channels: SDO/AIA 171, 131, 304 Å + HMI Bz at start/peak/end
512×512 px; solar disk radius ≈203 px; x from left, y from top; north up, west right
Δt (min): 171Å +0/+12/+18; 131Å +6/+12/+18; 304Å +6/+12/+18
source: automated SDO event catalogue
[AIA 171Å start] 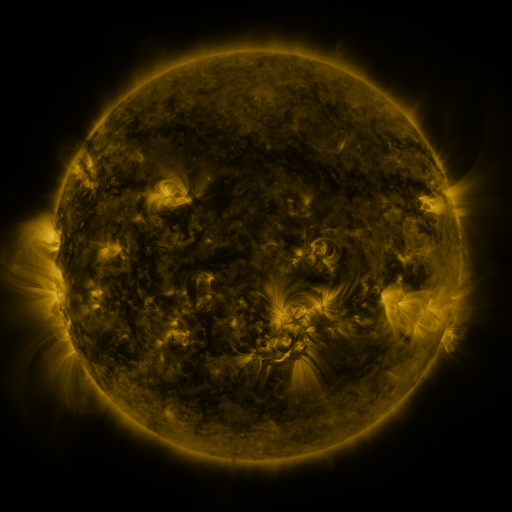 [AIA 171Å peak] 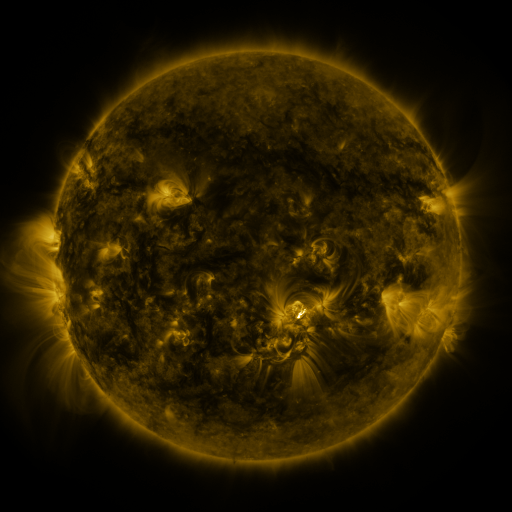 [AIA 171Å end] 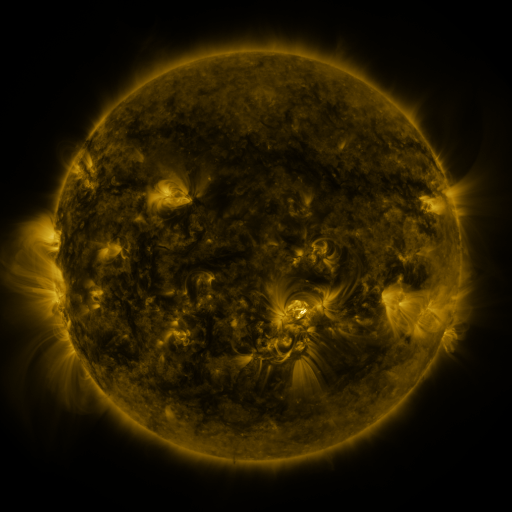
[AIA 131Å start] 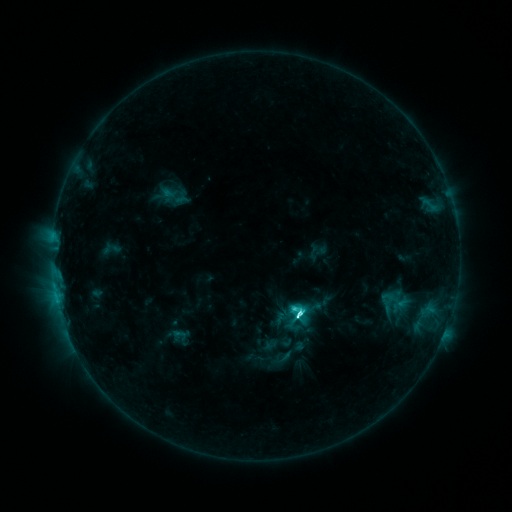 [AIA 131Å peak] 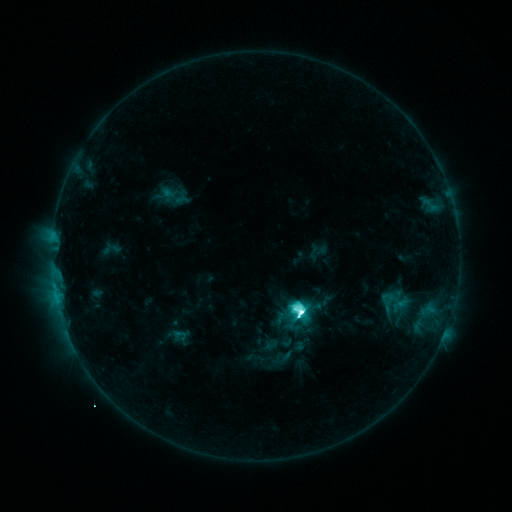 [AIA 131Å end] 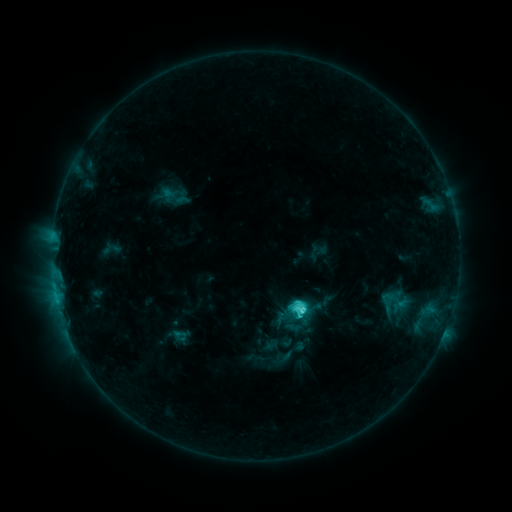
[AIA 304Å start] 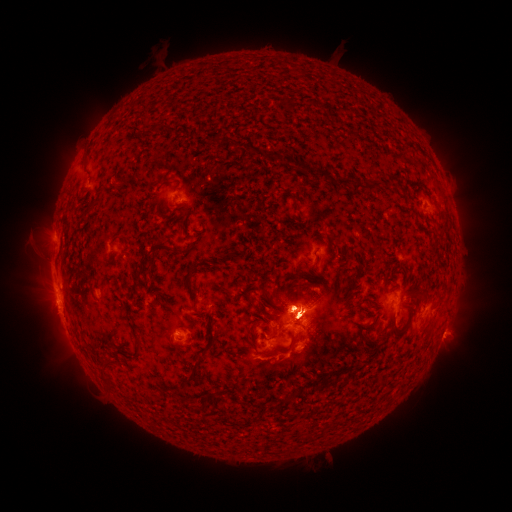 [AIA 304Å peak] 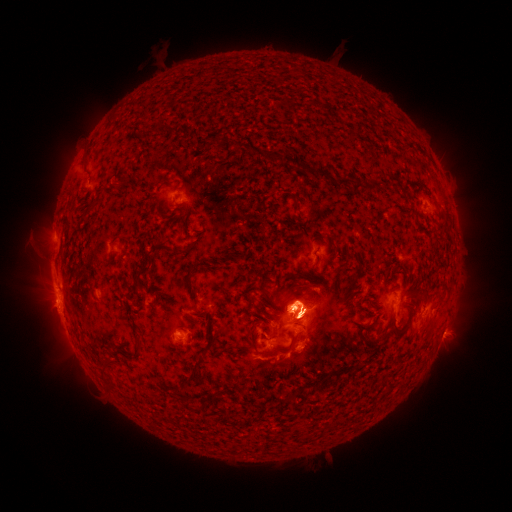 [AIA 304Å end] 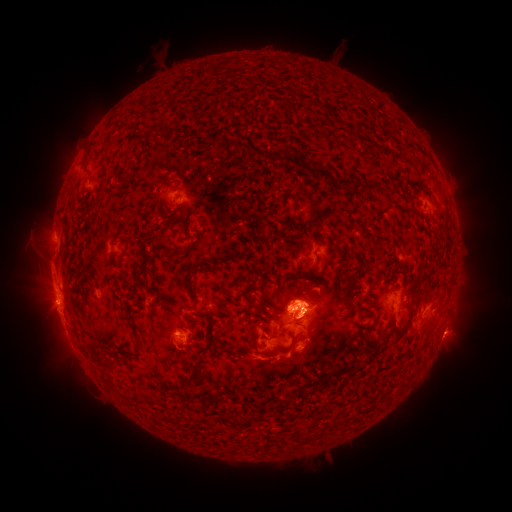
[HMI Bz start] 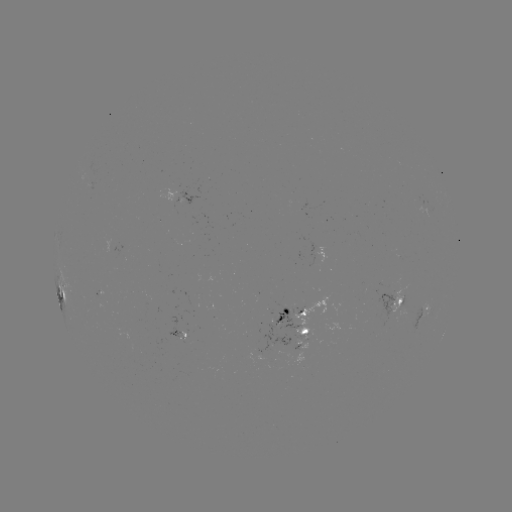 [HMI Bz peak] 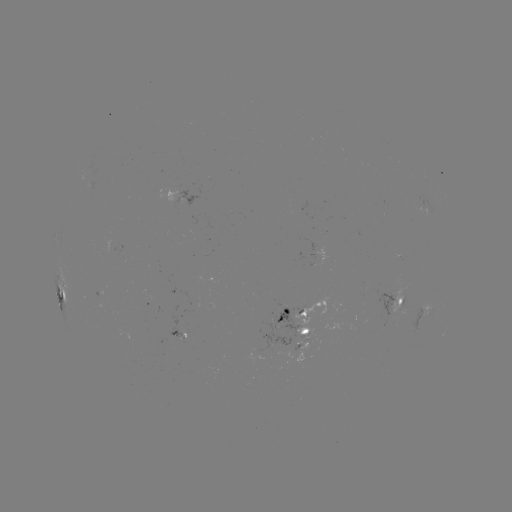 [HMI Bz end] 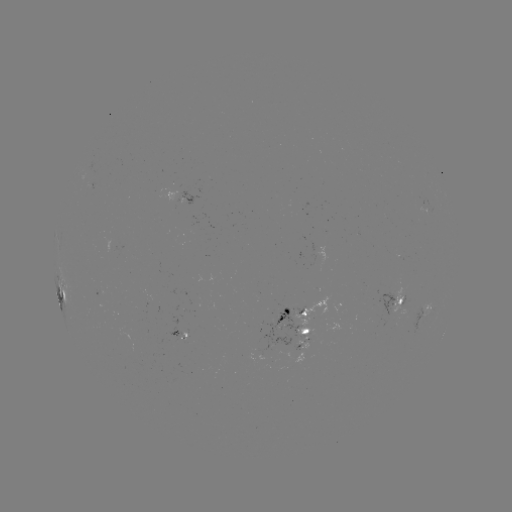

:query eruption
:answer (305, 300)